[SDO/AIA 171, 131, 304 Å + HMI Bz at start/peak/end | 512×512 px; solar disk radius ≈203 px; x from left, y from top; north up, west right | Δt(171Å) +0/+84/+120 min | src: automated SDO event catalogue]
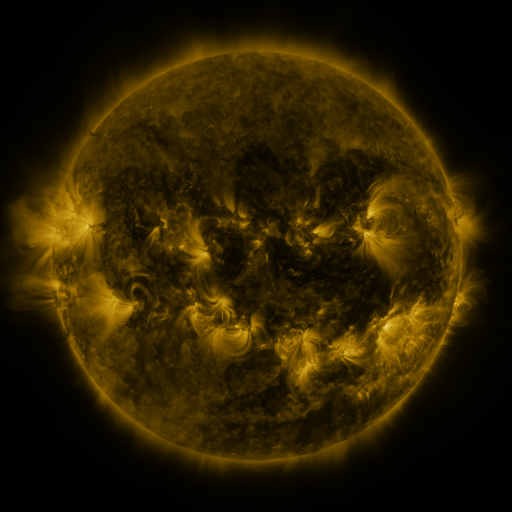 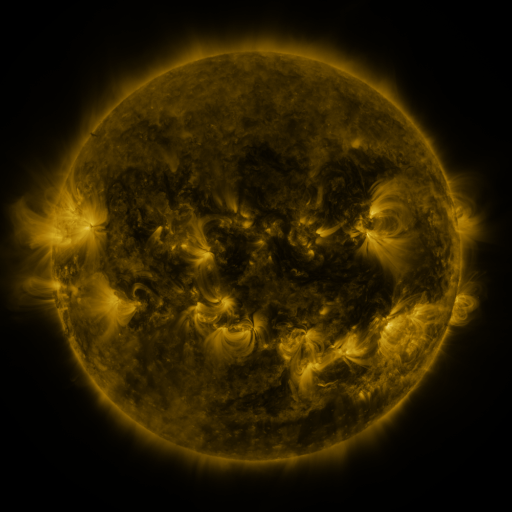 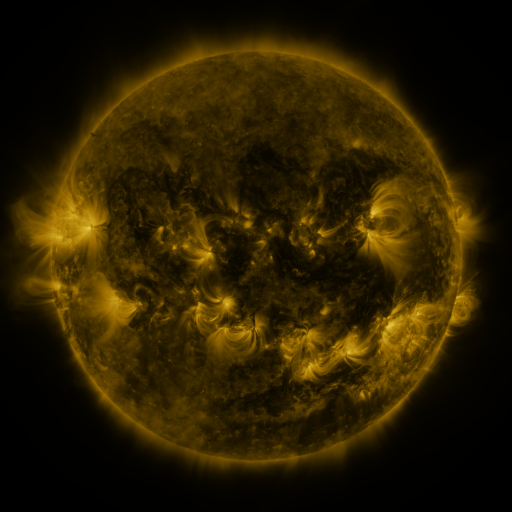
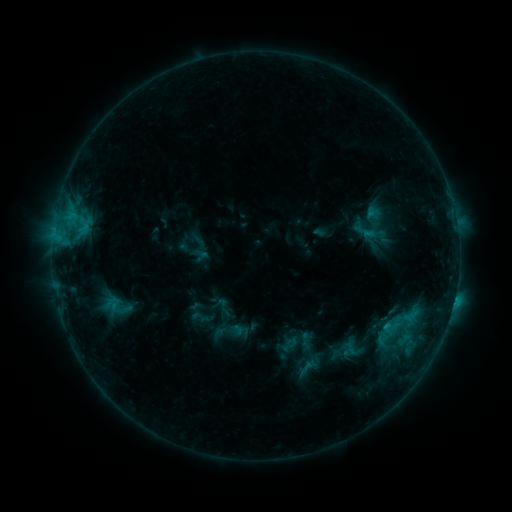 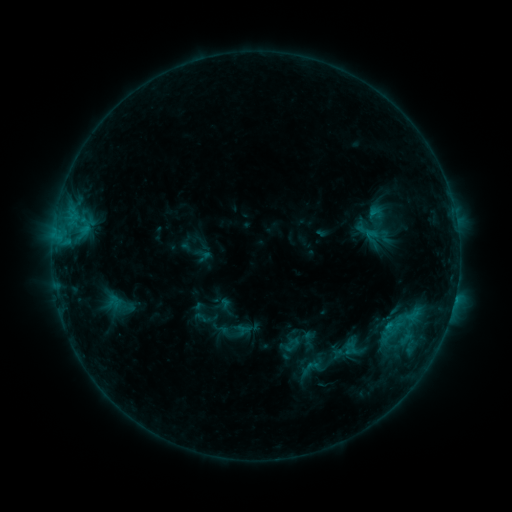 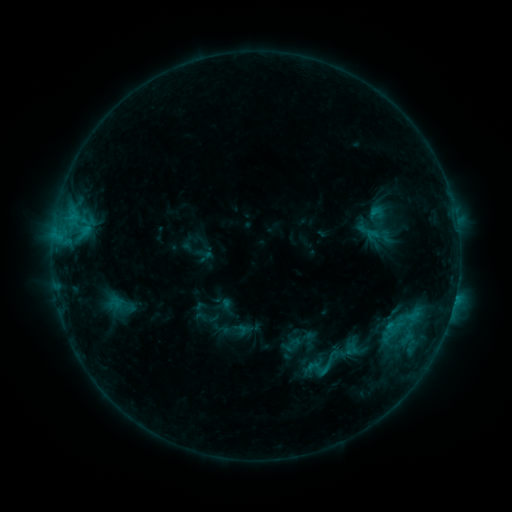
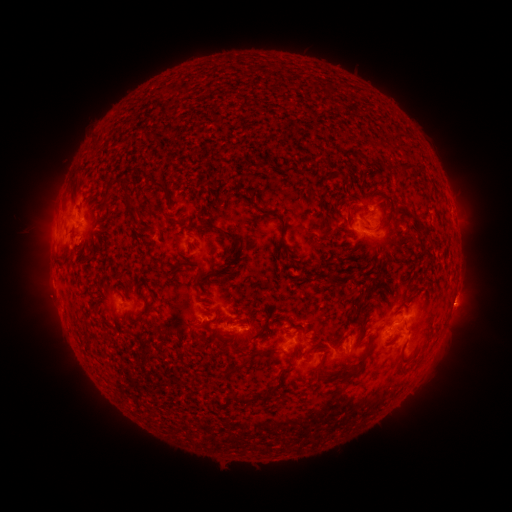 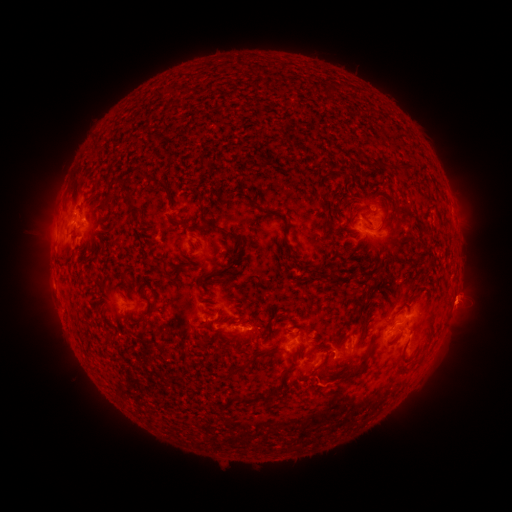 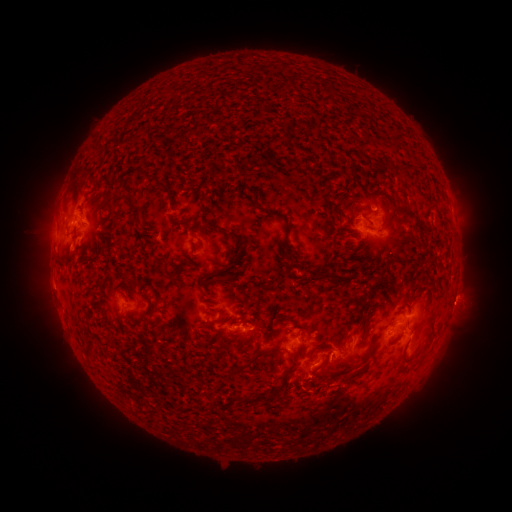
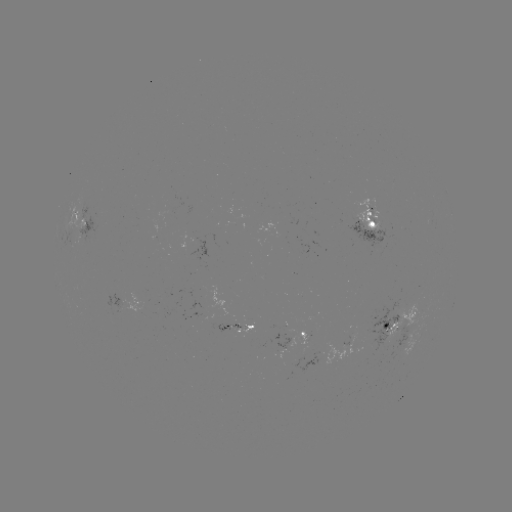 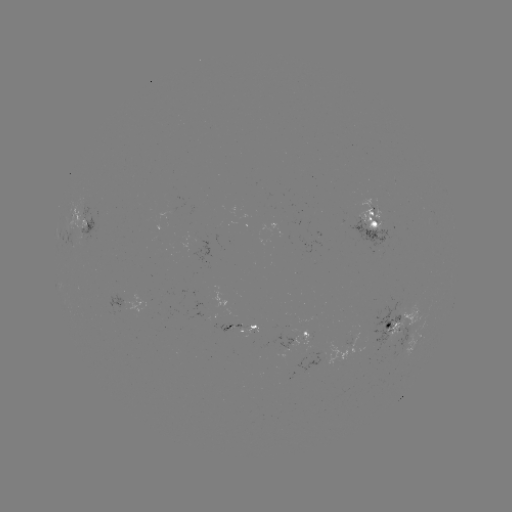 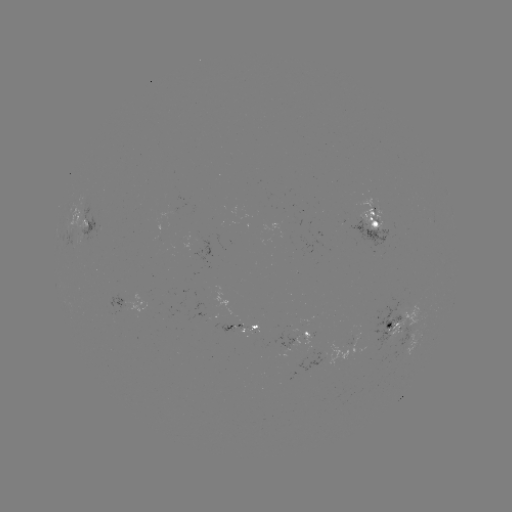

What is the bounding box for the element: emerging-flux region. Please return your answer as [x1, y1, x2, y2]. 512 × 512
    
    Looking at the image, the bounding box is [349, 198, 387, 231].